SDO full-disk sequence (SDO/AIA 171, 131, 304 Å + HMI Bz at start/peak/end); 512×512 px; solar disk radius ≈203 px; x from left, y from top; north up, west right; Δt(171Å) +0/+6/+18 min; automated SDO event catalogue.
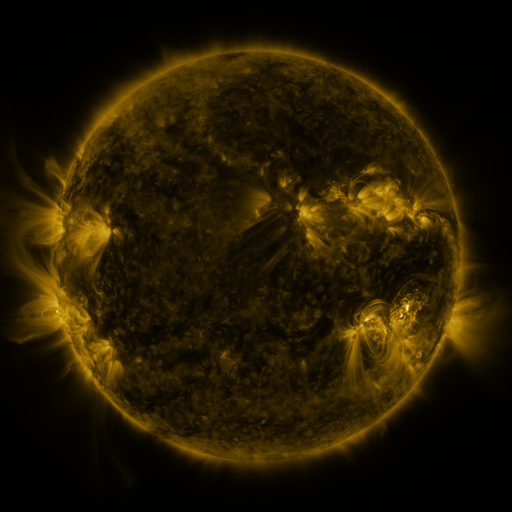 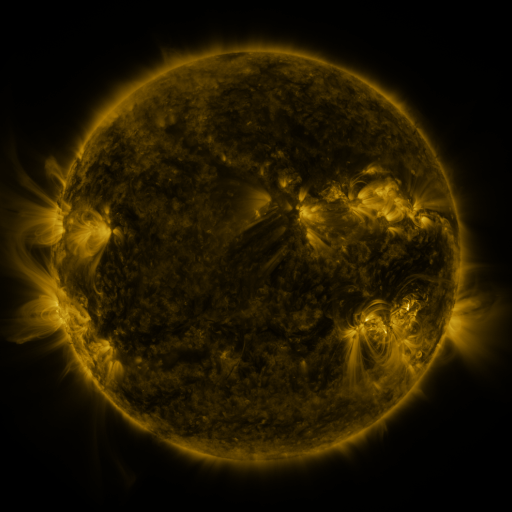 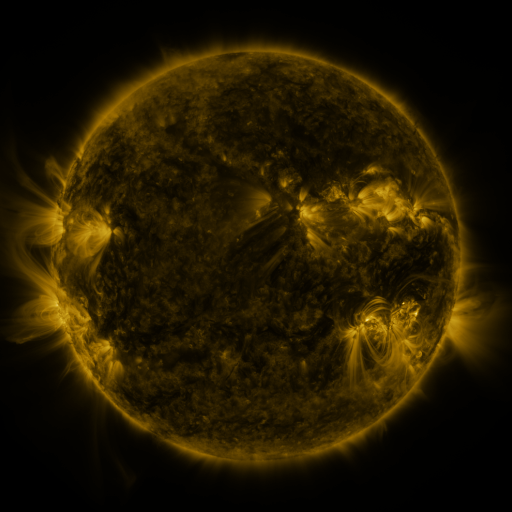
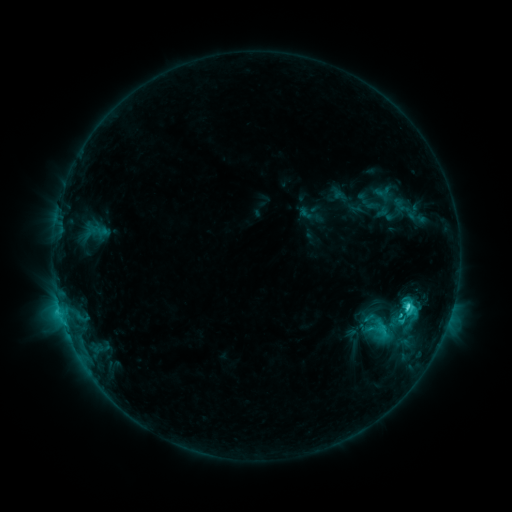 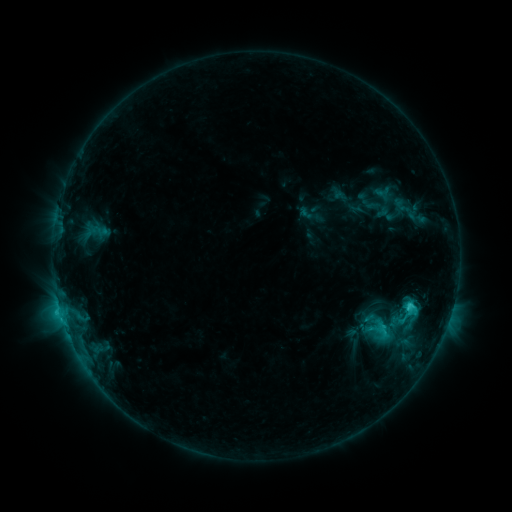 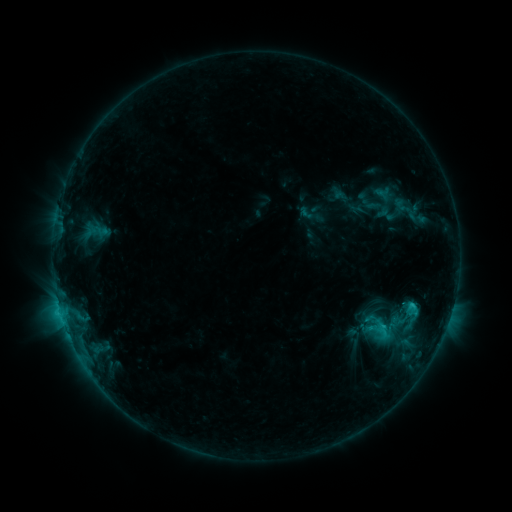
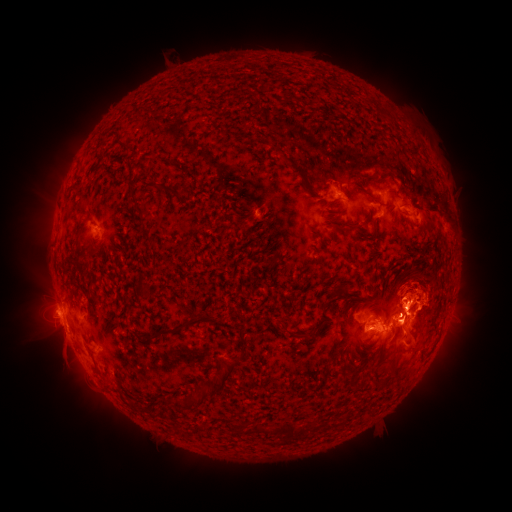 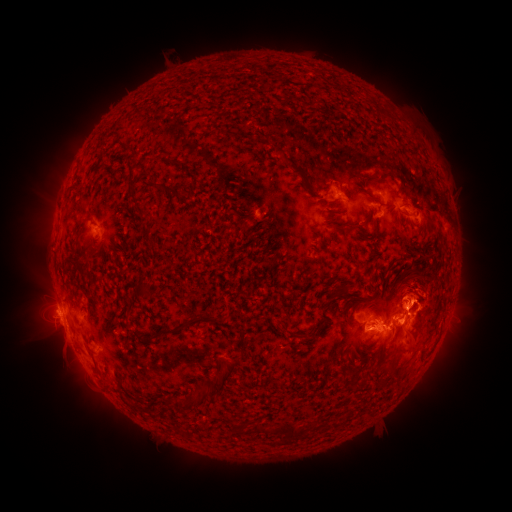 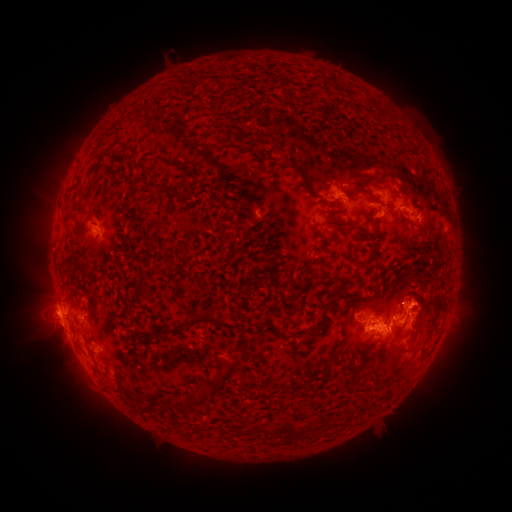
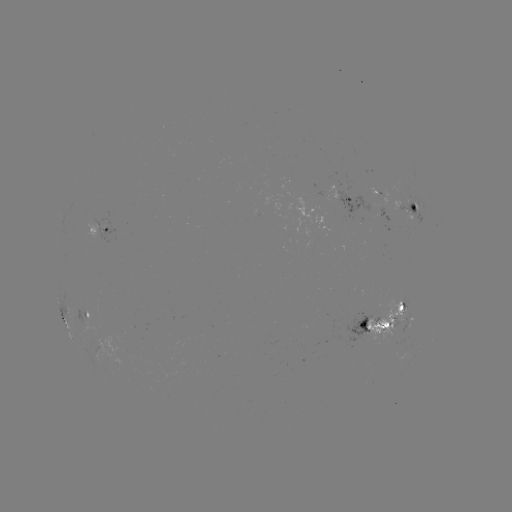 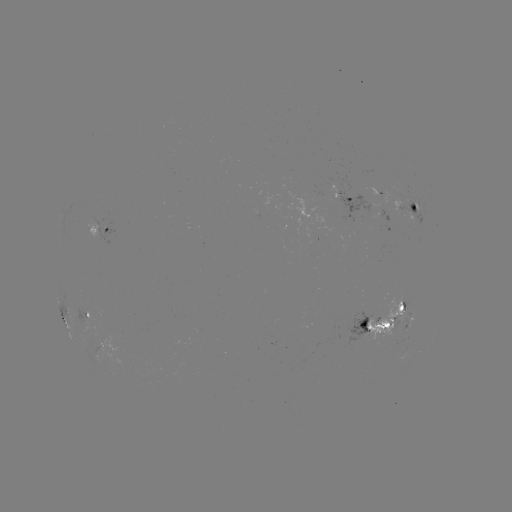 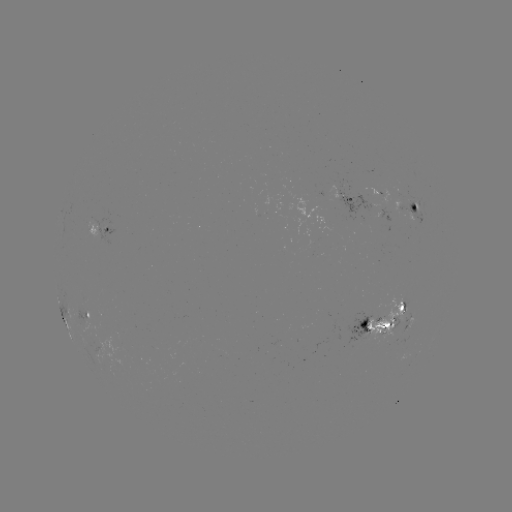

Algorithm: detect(eruption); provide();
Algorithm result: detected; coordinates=(421, 302)